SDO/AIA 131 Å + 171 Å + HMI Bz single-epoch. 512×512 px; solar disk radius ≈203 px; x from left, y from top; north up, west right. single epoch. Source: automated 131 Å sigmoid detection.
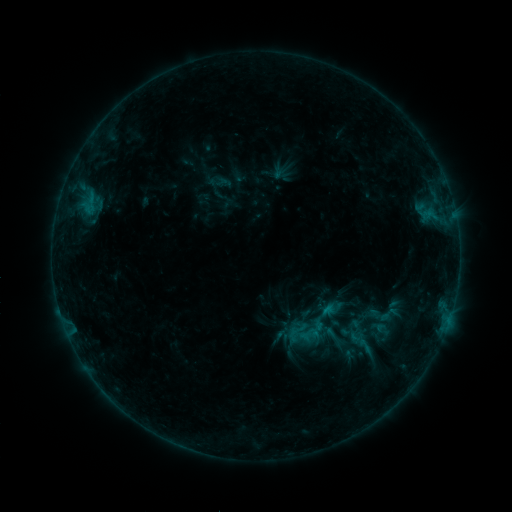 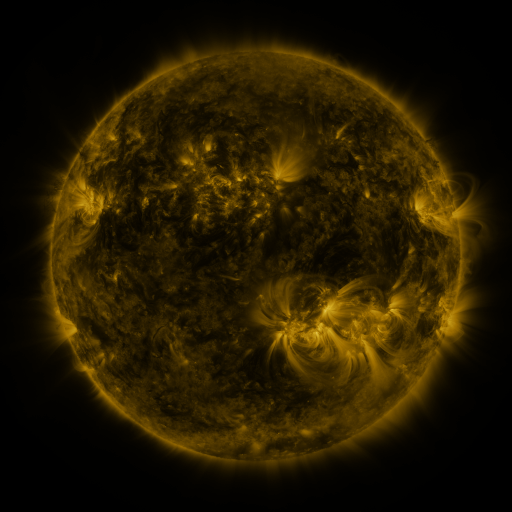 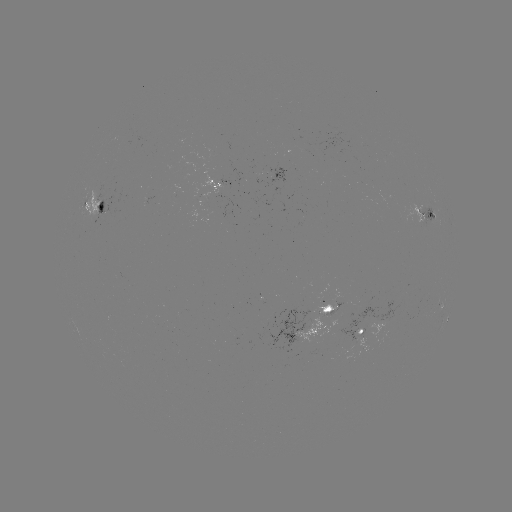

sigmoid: (378, 303, 399, 325)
